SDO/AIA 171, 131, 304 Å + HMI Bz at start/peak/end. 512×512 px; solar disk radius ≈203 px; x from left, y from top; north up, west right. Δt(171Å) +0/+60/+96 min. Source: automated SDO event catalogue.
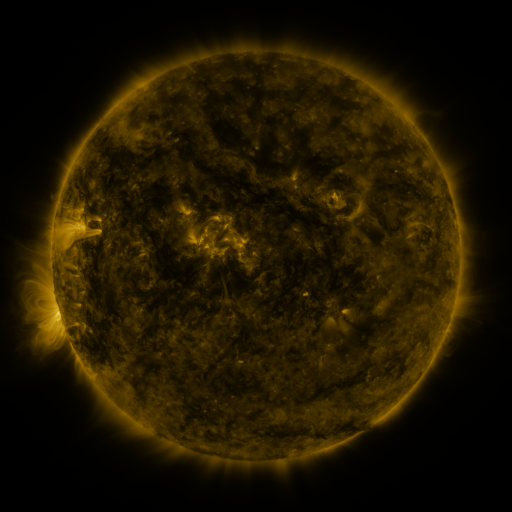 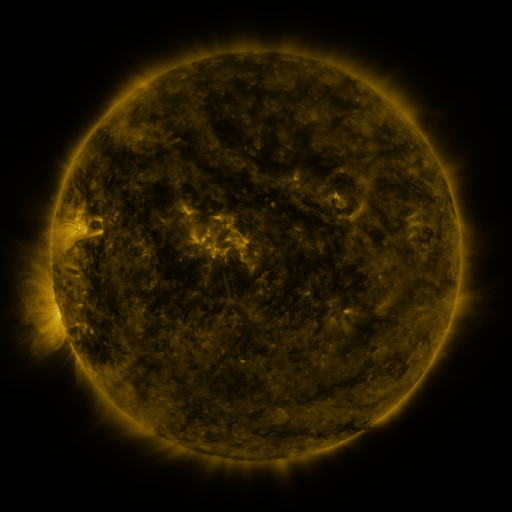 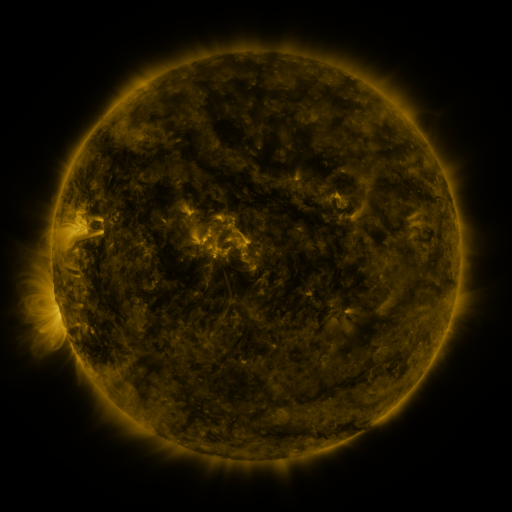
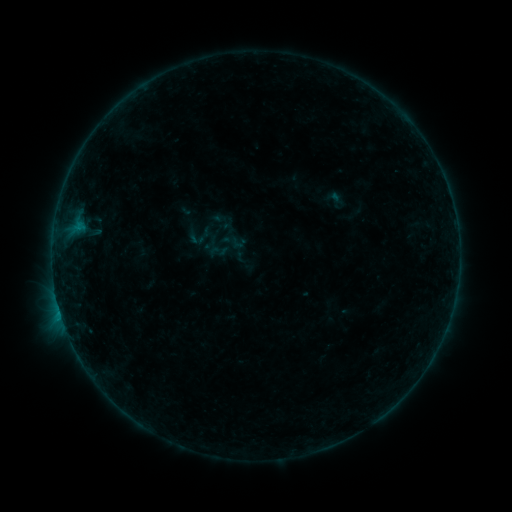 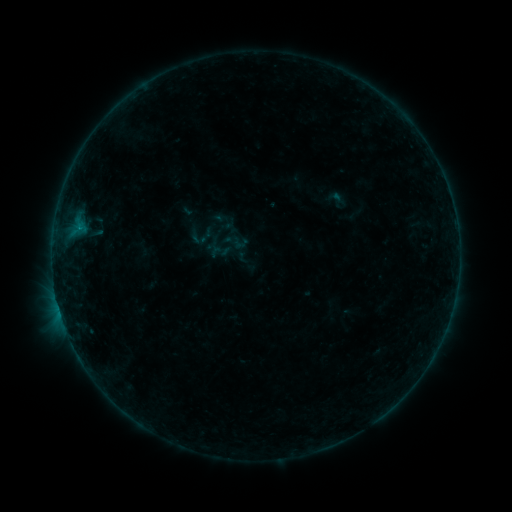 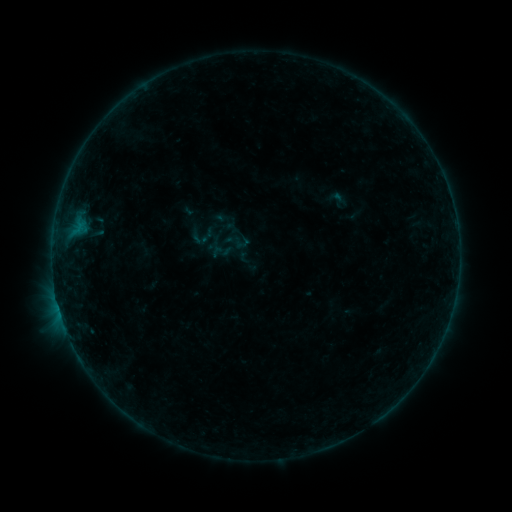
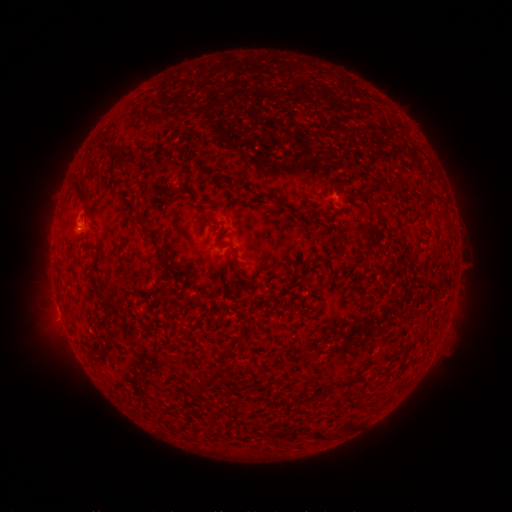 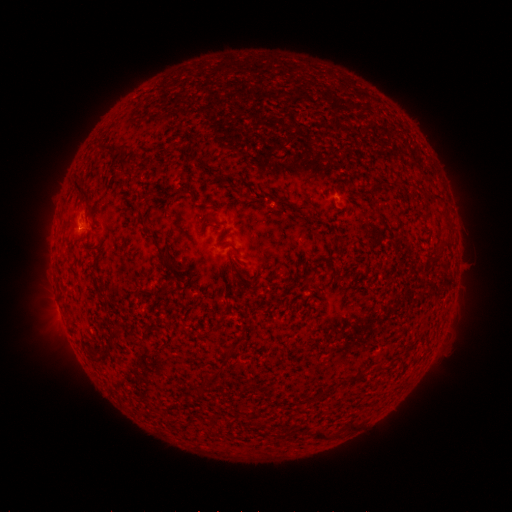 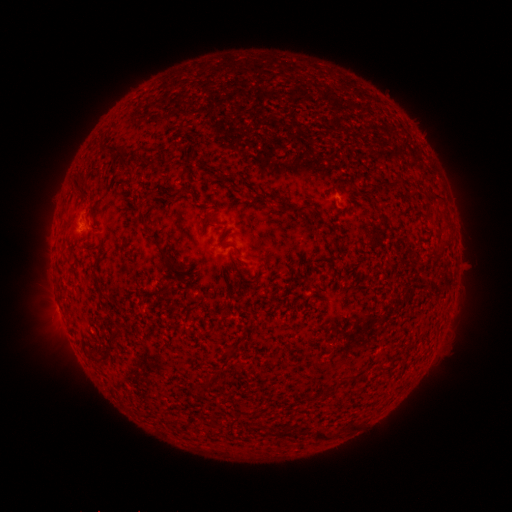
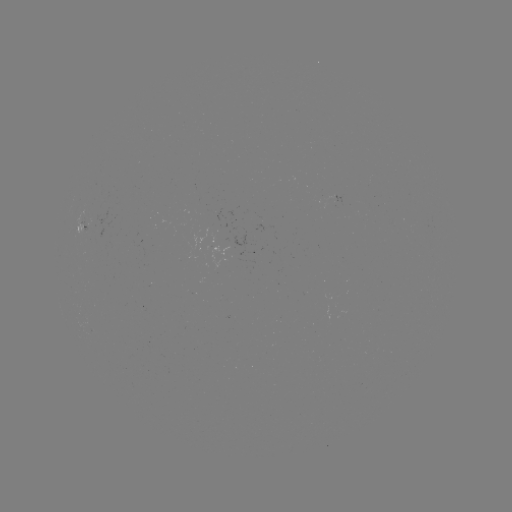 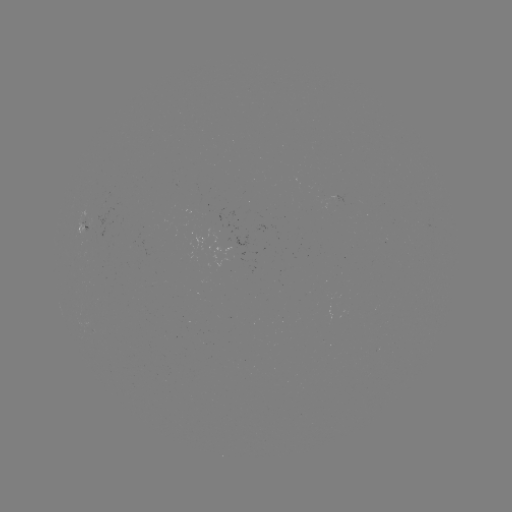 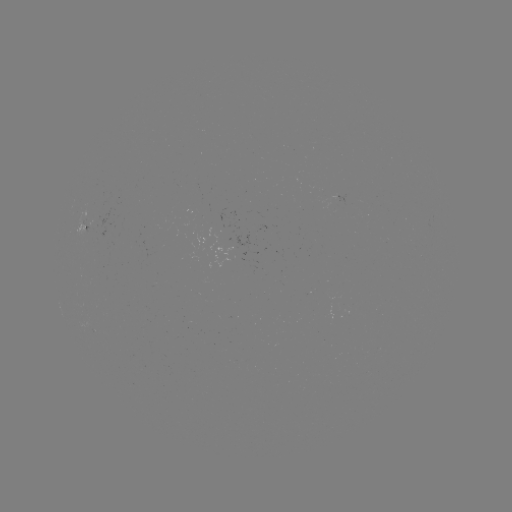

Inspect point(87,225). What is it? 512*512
emerging-flux region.